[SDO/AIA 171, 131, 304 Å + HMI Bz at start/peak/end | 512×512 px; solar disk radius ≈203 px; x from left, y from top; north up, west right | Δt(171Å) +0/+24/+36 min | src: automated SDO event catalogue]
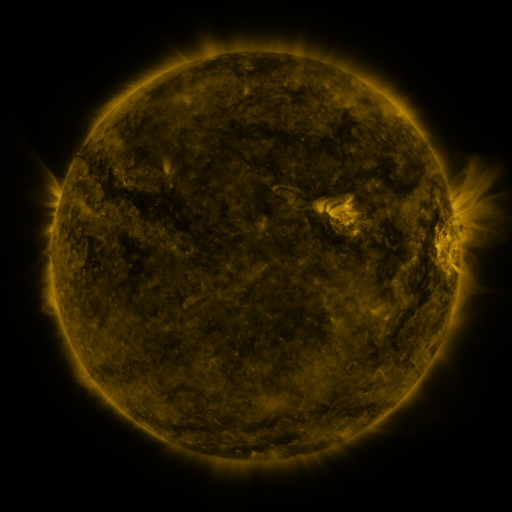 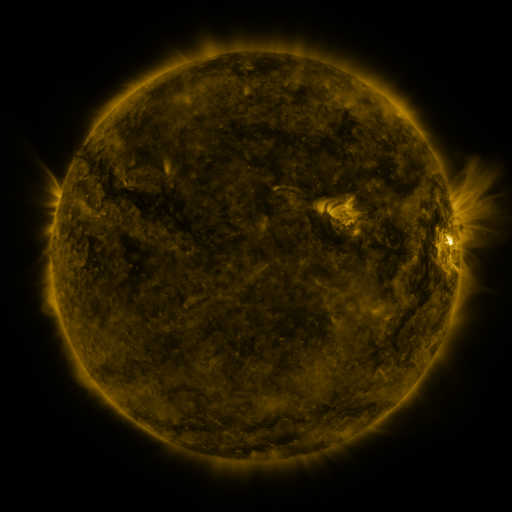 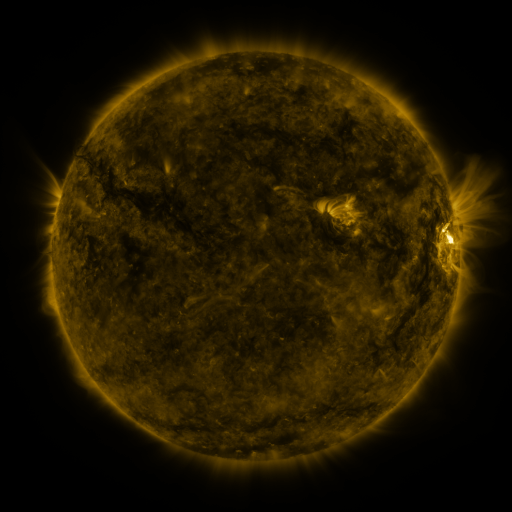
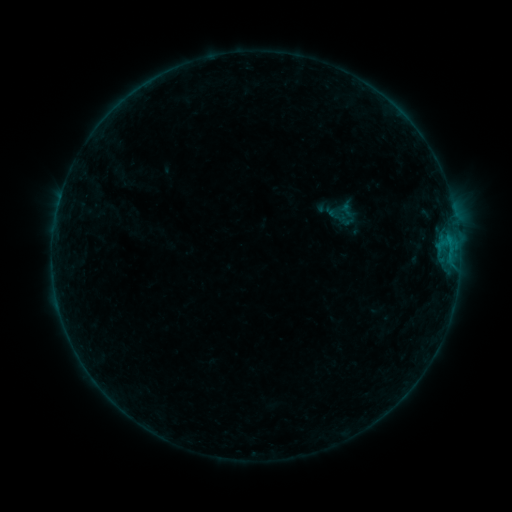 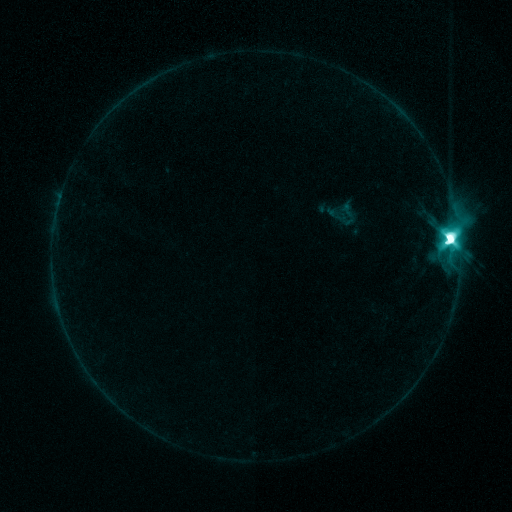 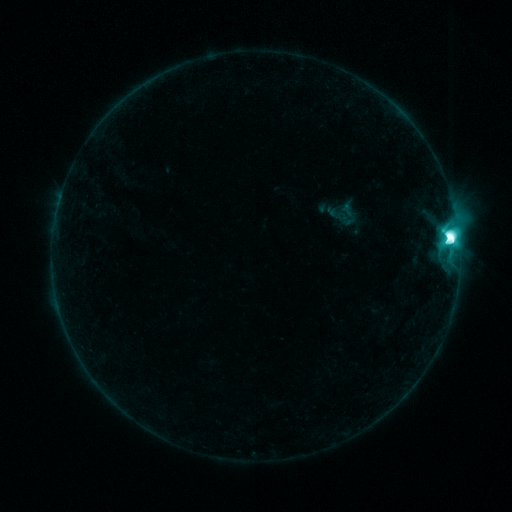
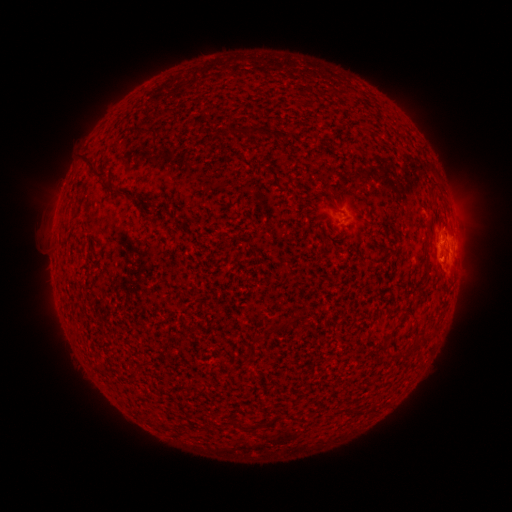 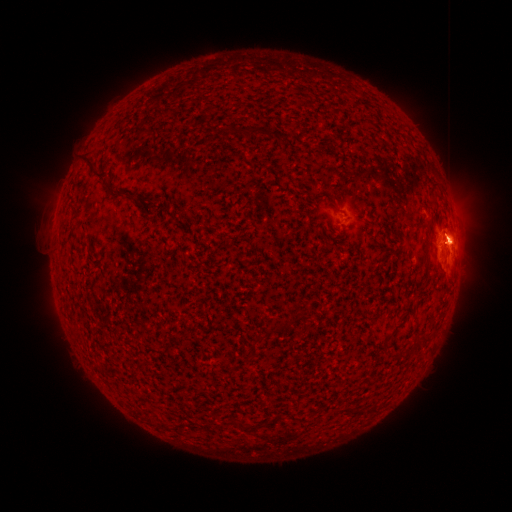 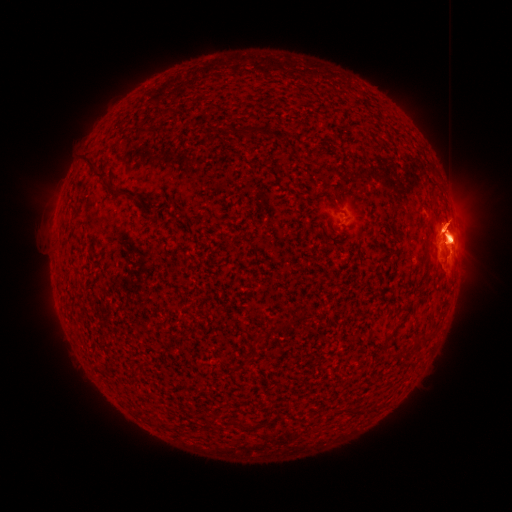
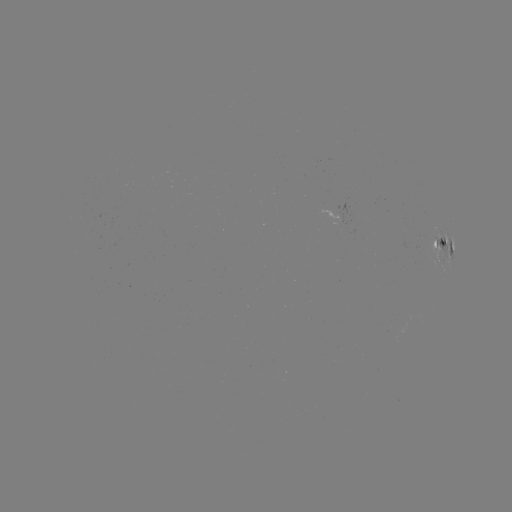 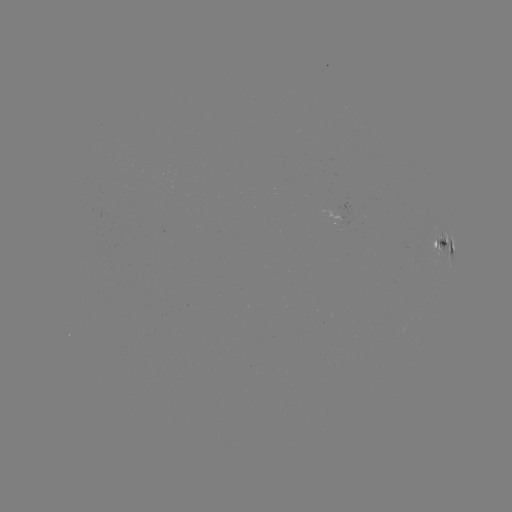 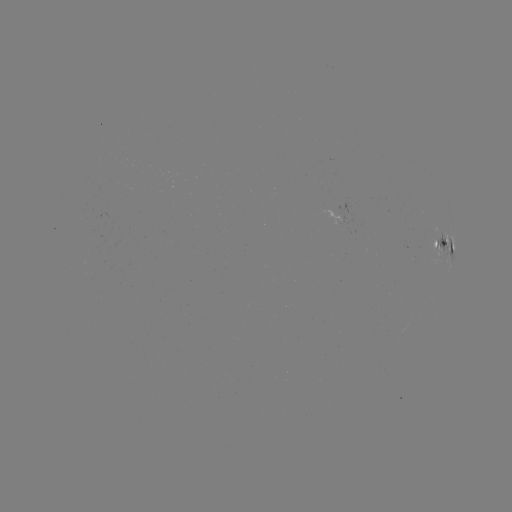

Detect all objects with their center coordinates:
M5.0 flare: (449, 243)
